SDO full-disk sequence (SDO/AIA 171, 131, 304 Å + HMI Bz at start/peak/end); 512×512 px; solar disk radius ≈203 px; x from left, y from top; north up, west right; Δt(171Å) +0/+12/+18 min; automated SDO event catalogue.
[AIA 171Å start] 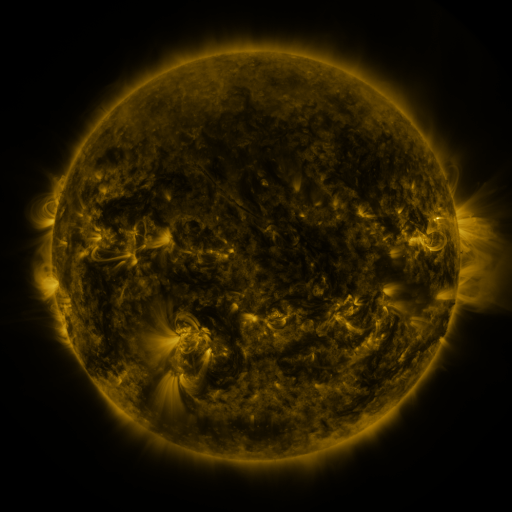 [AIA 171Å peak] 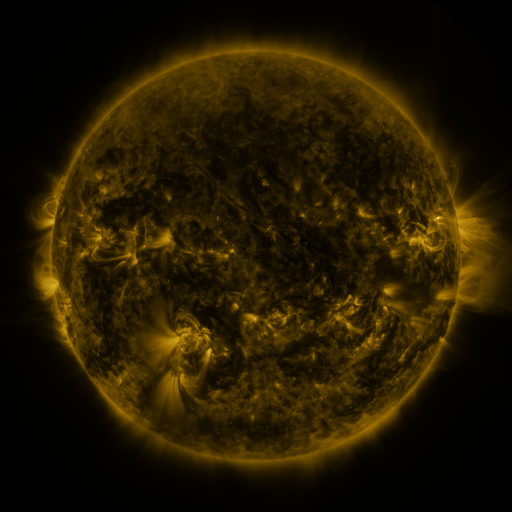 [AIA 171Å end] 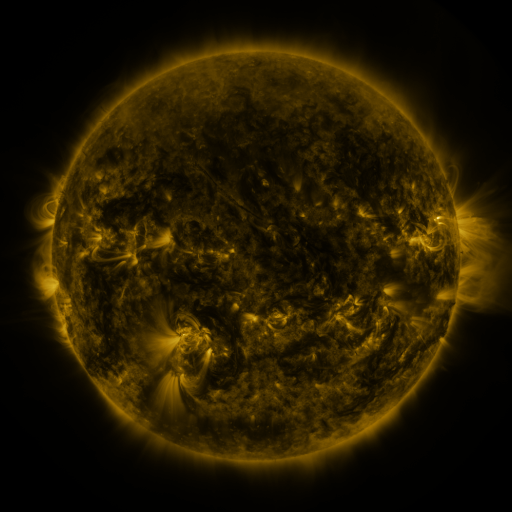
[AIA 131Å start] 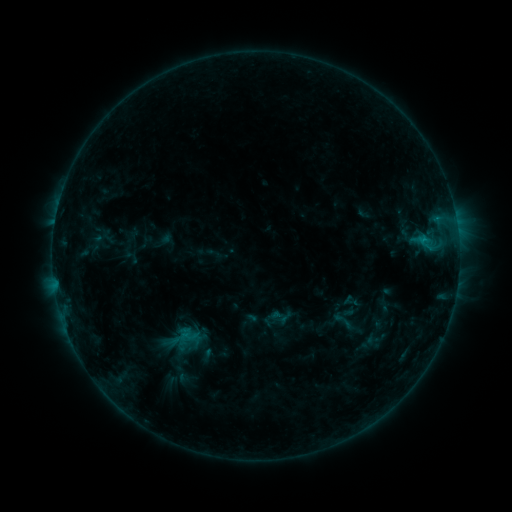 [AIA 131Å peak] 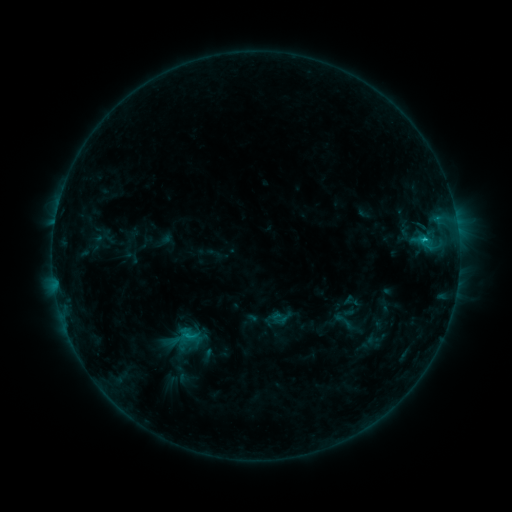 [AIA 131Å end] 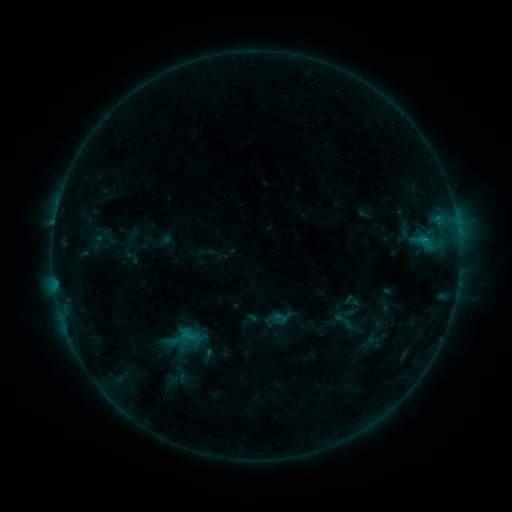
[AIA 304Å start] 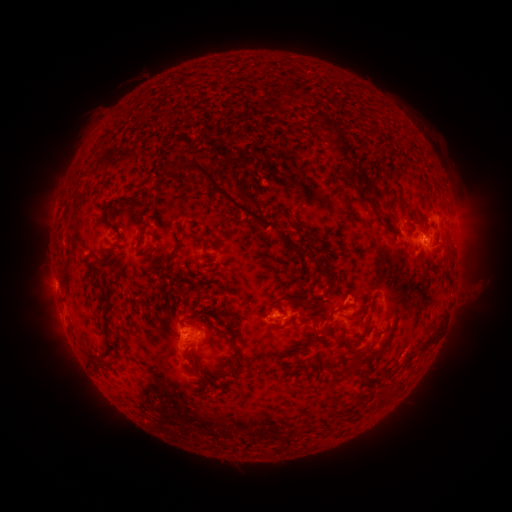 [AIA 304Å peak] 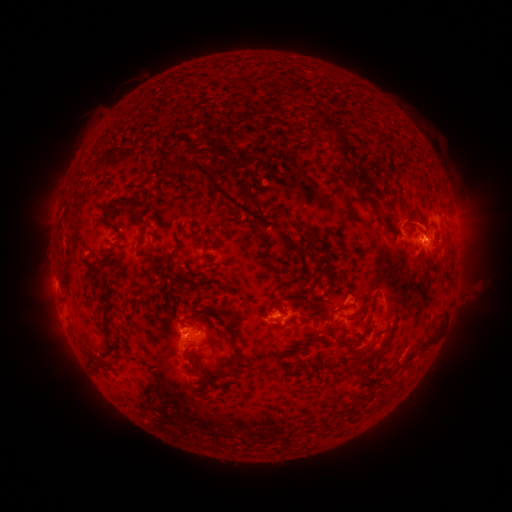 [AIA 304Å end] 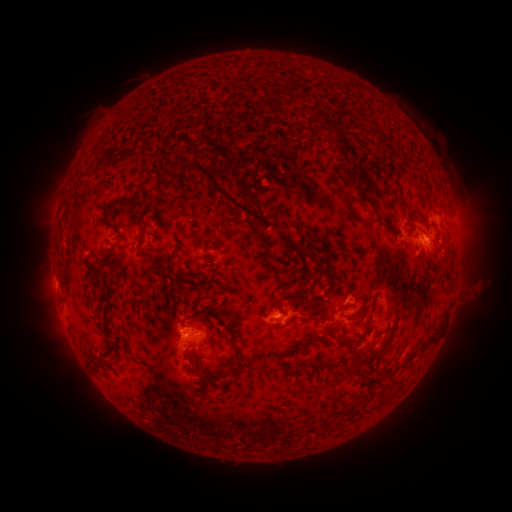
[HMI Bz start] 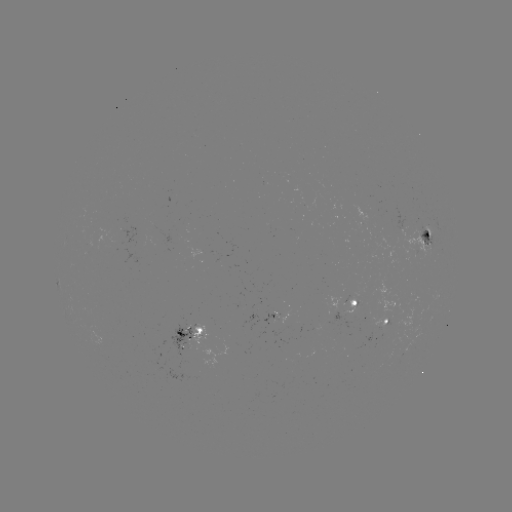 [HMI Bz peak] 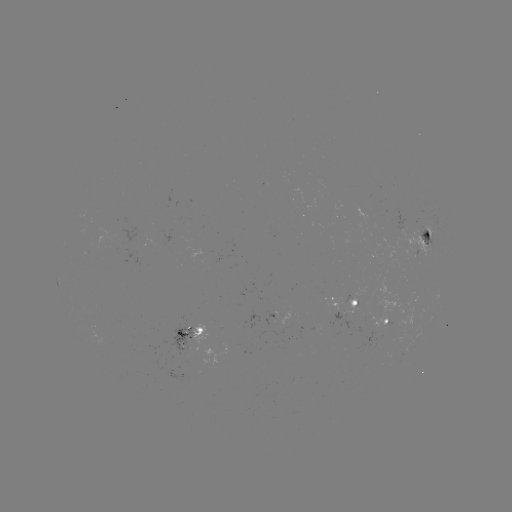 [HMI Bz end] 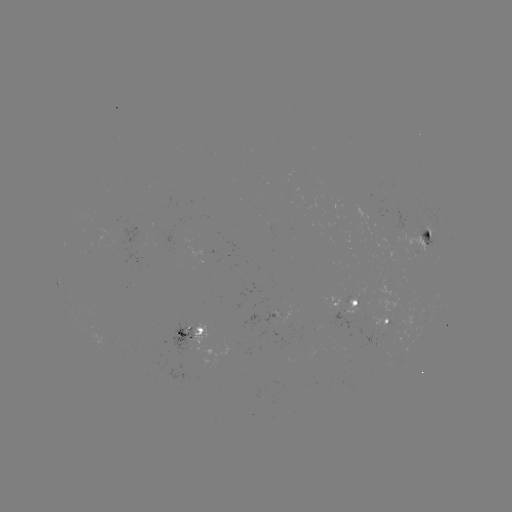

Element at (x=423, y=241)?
C1.2 flare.